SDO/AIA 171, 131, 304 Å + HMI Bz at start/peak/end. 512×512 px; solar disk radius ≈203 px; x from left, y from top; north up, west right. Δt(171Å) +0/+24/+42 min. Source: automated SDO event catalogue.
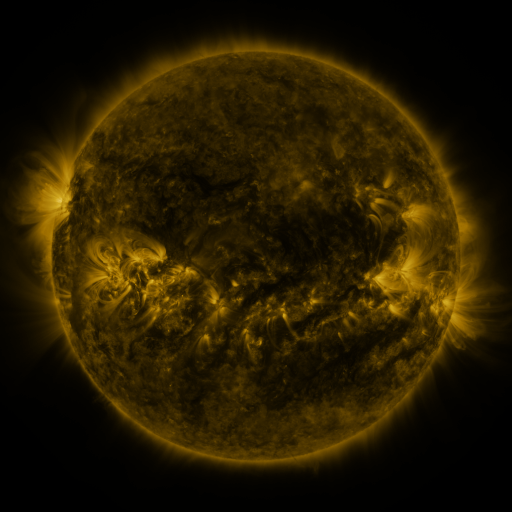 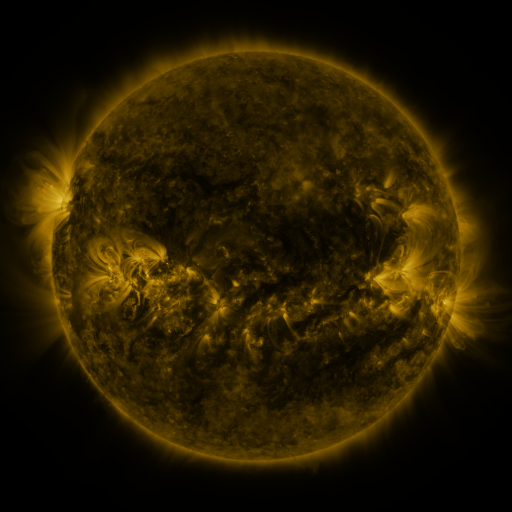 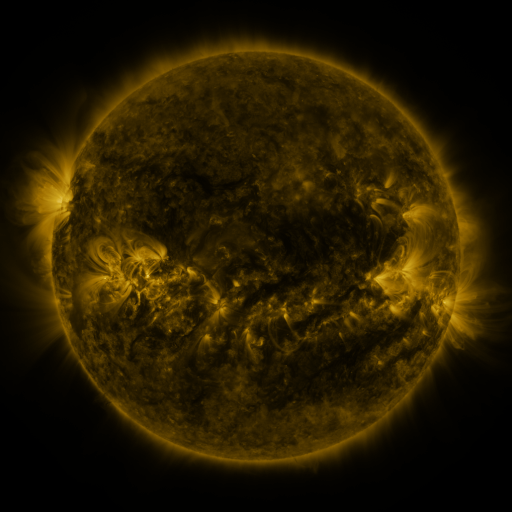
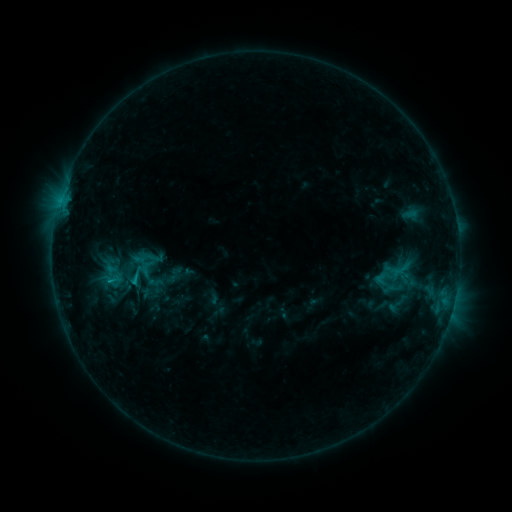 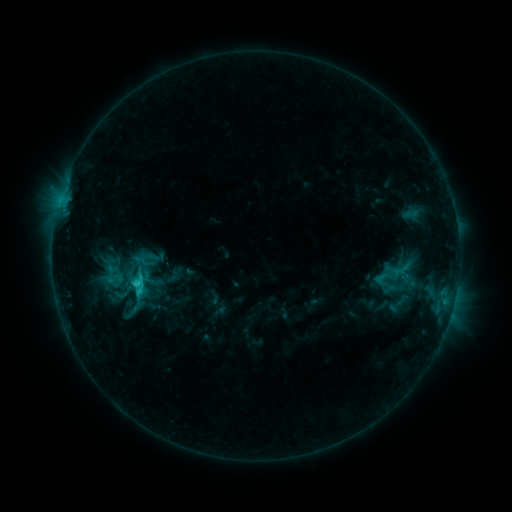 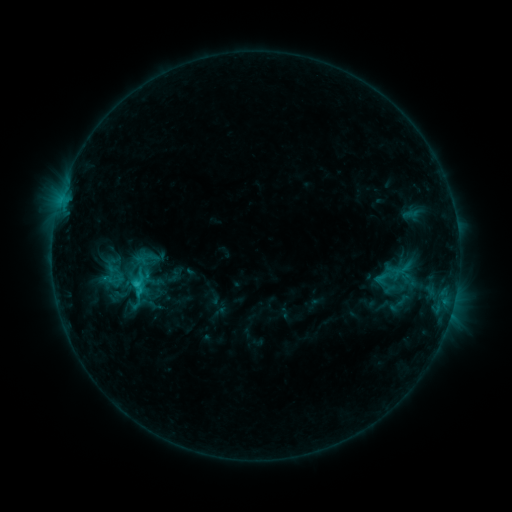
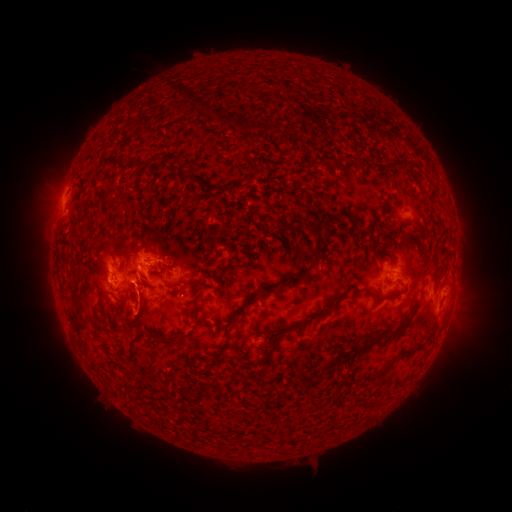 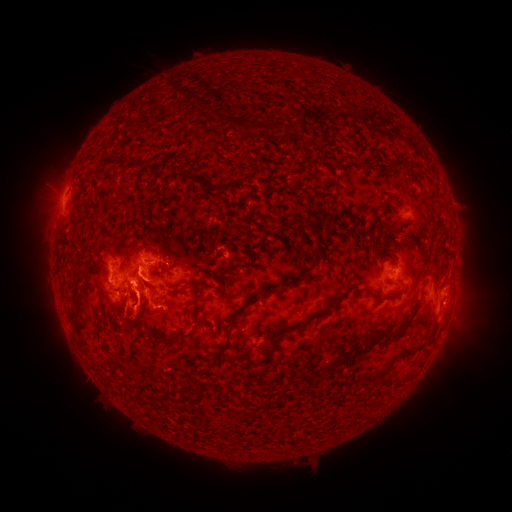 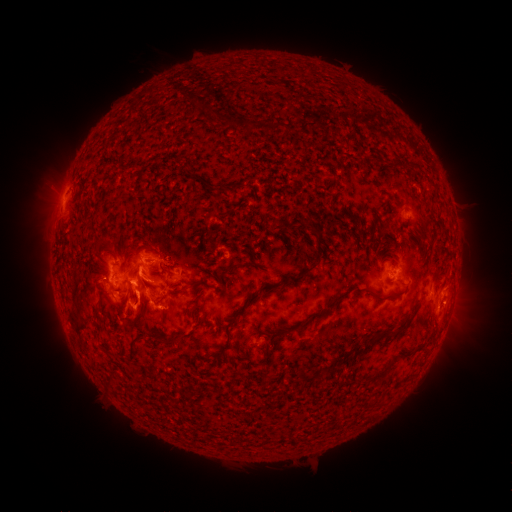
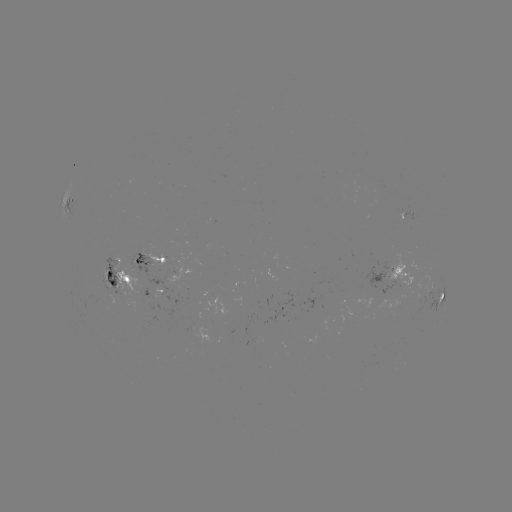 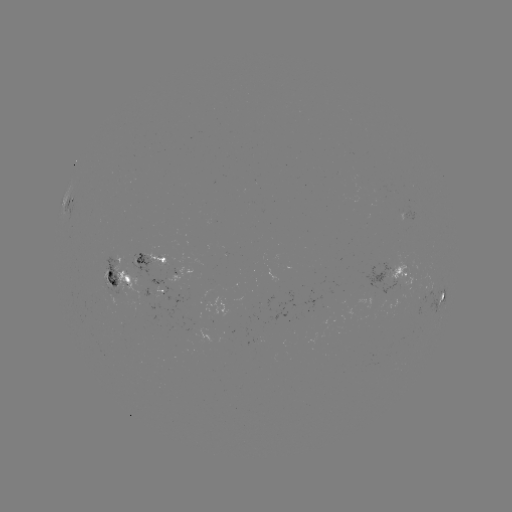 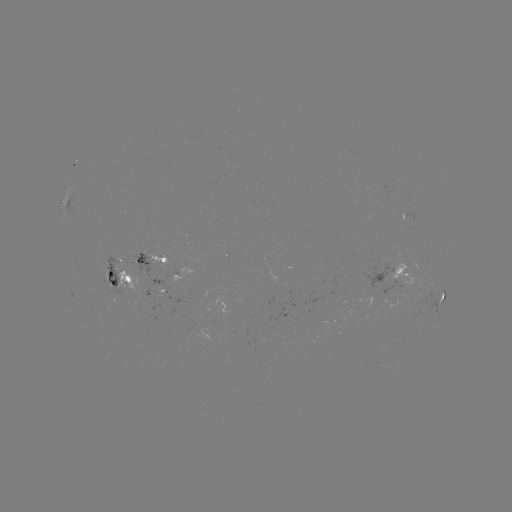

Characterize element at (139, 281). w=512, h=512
C3.3 flare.